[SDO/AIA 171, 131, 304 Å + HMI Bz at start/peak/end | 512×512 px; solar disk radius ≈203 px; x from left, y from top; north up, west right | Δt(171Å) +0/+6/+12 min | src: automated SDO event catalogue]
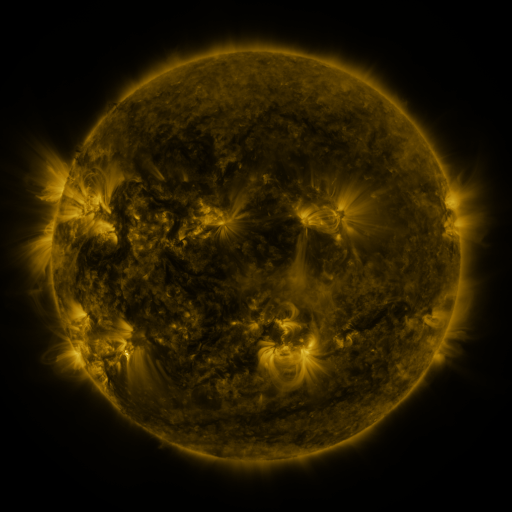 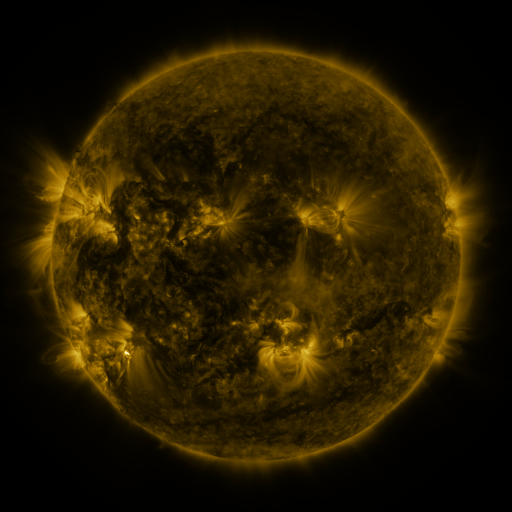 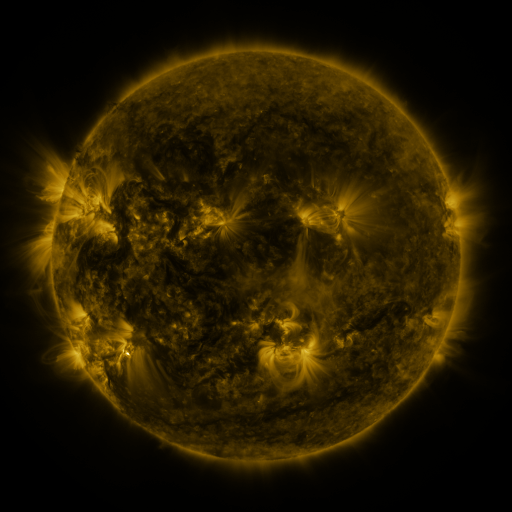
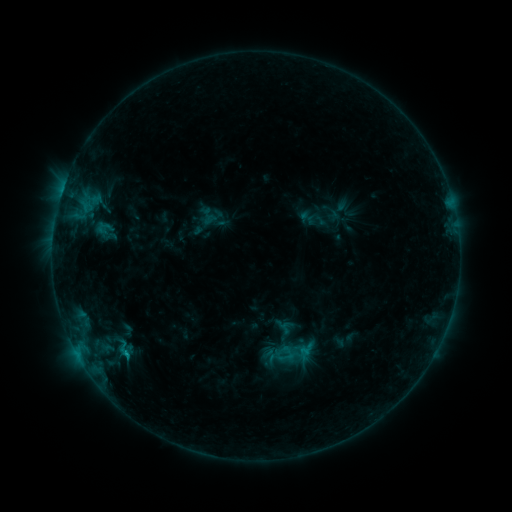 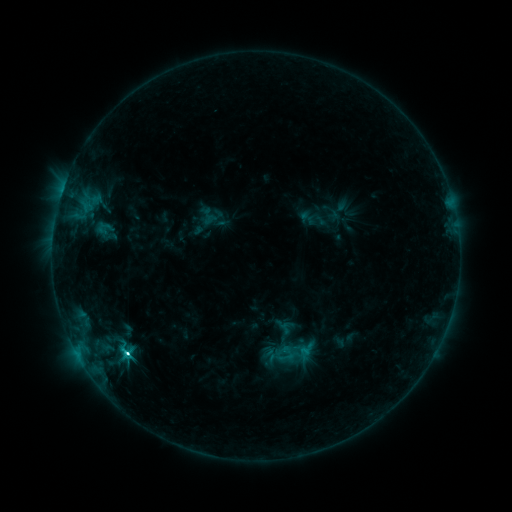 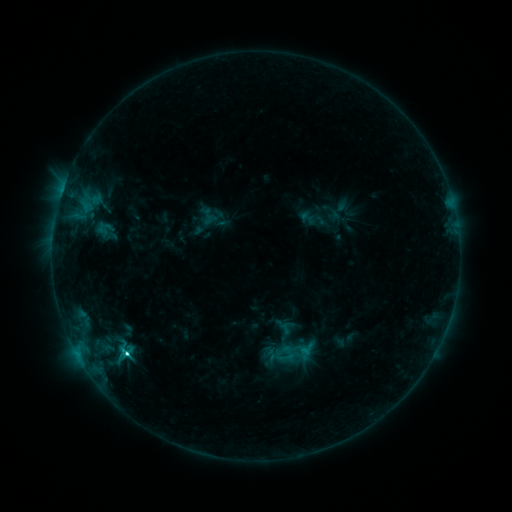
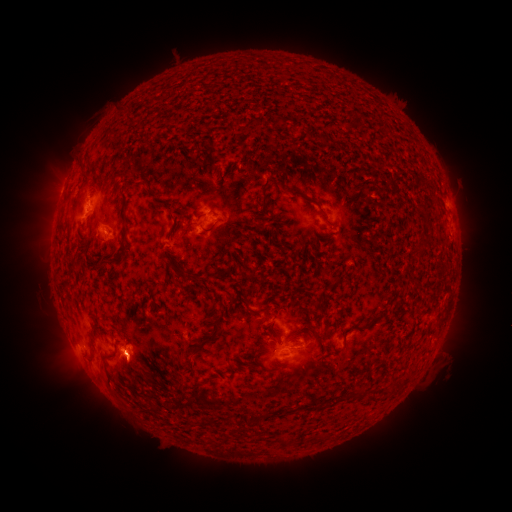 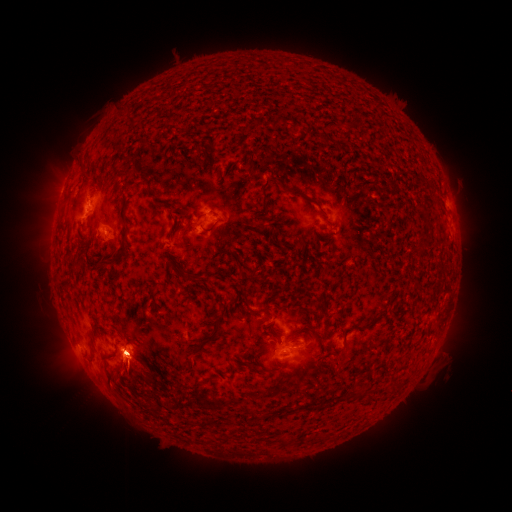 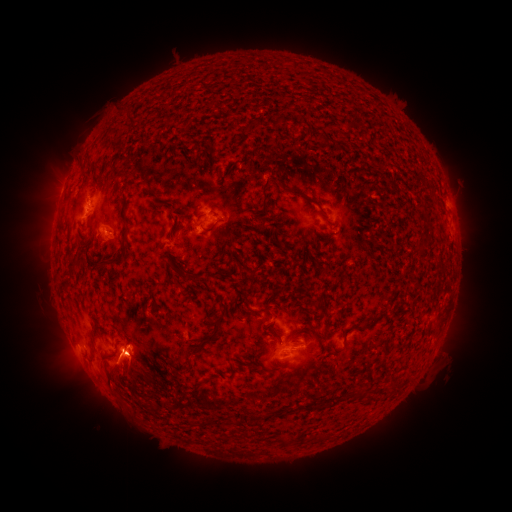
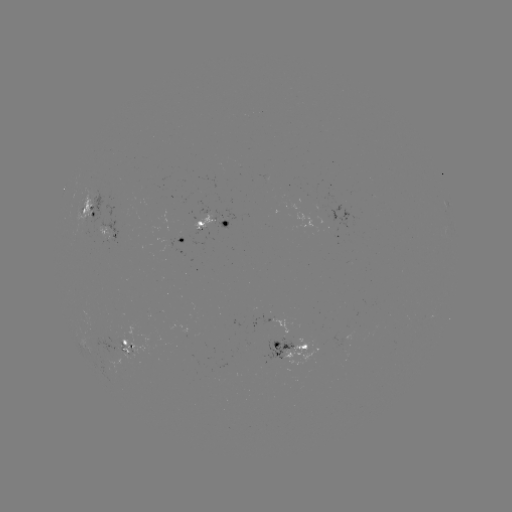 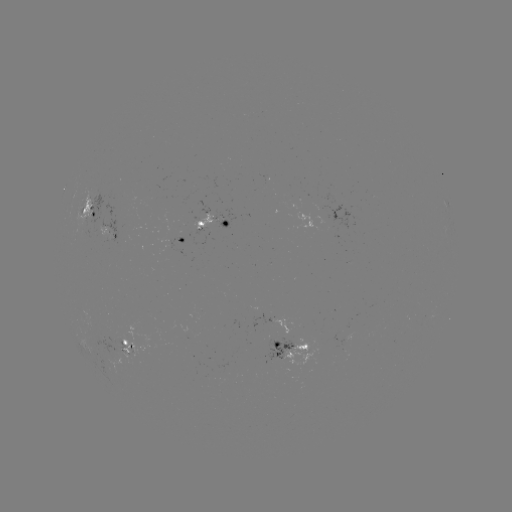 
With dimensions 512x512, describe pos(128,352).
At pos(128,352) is C3.5 flare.